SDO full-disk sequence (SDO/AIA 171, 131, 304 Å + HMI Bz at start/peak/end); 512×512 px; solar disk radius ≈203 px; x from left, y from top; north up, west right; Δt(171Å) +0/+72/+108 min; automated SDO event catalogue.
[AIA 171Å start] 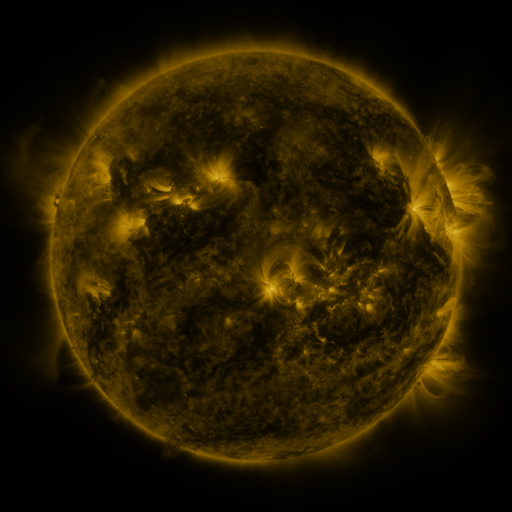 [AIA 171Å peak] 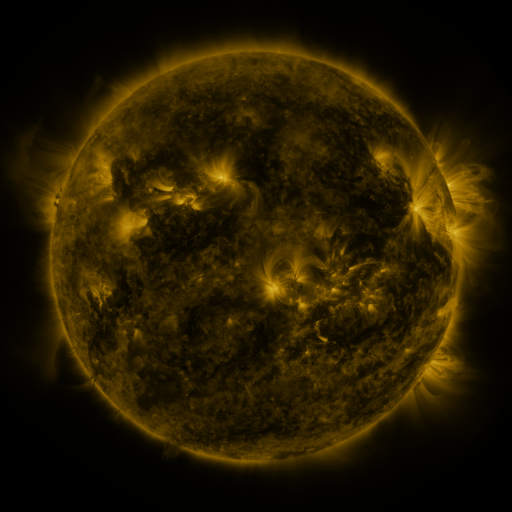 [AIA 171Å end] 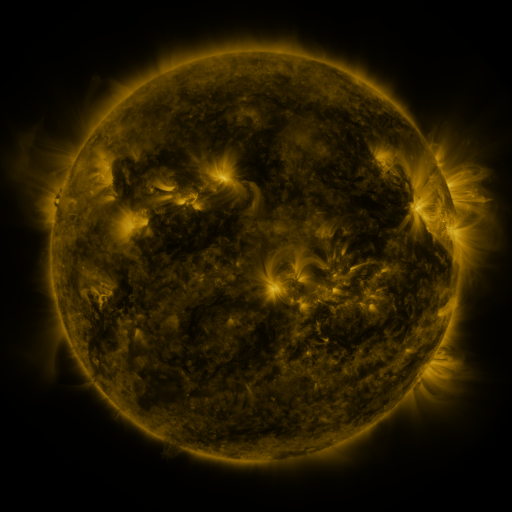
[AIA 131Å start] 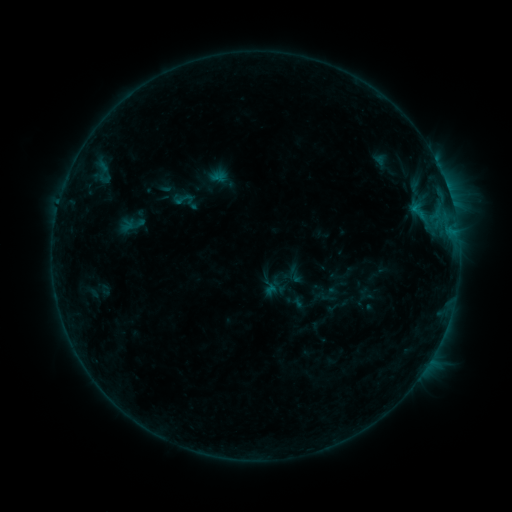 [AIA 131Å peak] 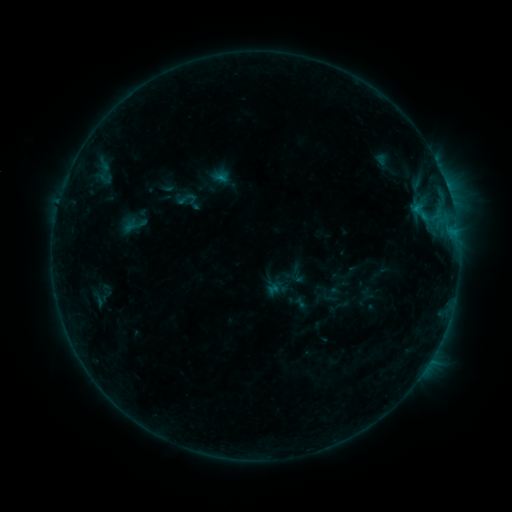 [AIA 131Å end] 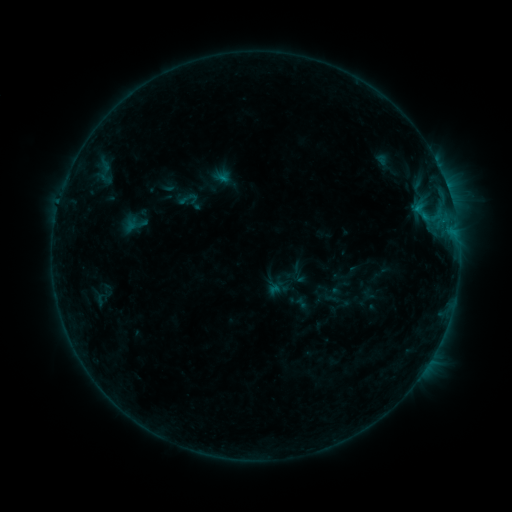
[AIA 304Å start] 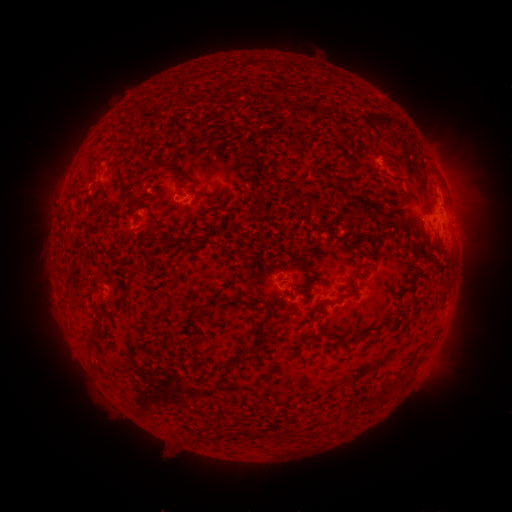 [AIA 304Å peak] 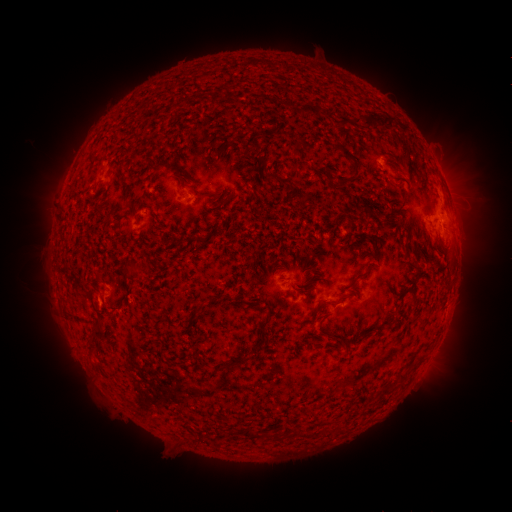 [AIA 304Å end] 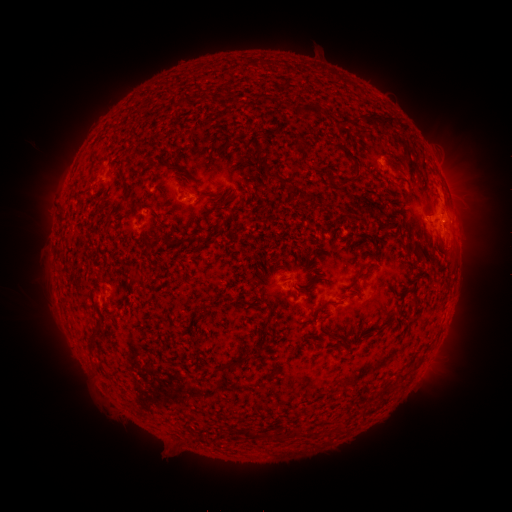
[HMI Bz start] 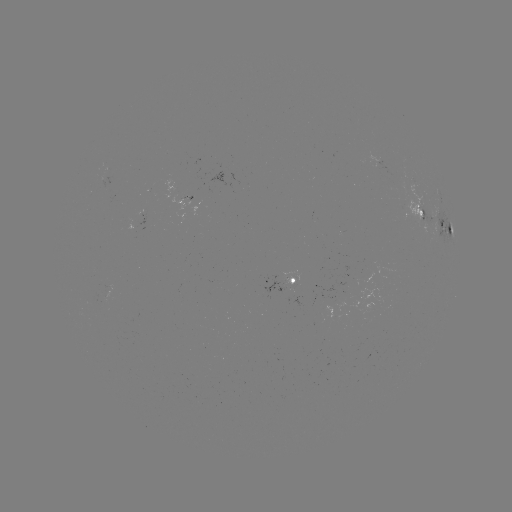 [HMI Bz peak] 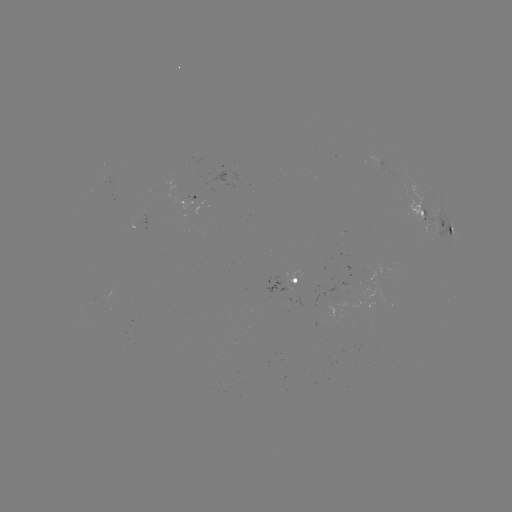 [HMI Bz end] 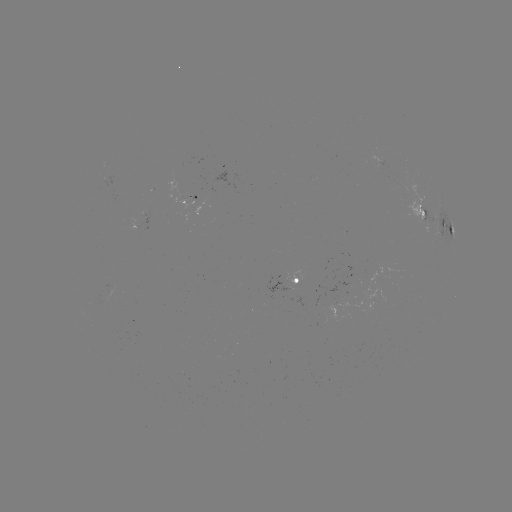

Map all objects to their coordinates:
emerging-flux region: (150, 187)
